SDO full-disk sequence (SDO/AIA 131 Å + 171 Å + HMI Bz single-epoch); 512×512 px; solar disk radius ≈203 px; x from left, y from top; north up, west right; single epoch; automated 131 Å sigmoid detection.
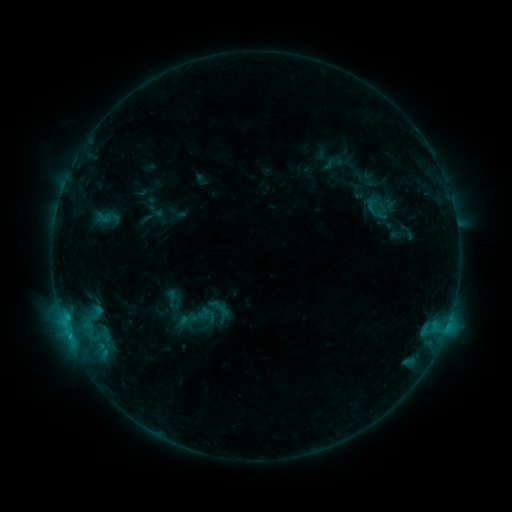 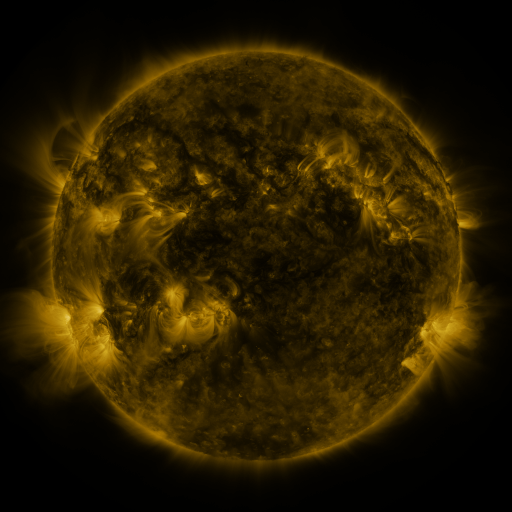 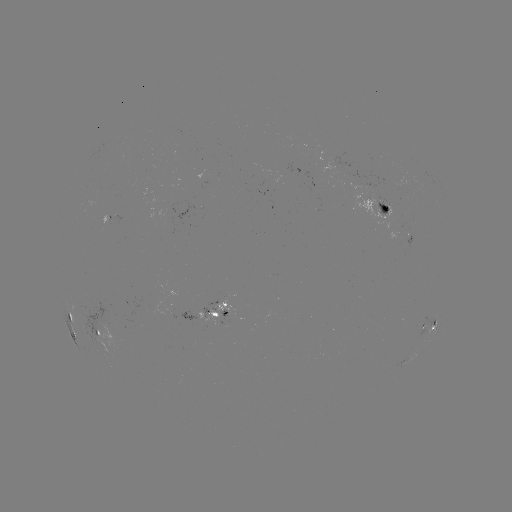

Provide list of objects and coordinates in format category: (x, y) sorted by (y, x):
sigmoid: (372, 204)
sigmoid: (226, 313)
